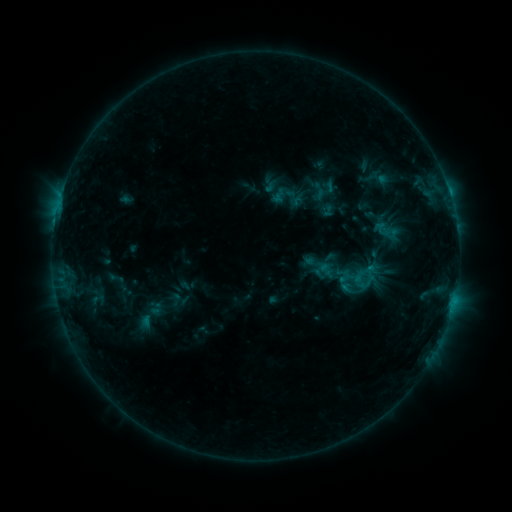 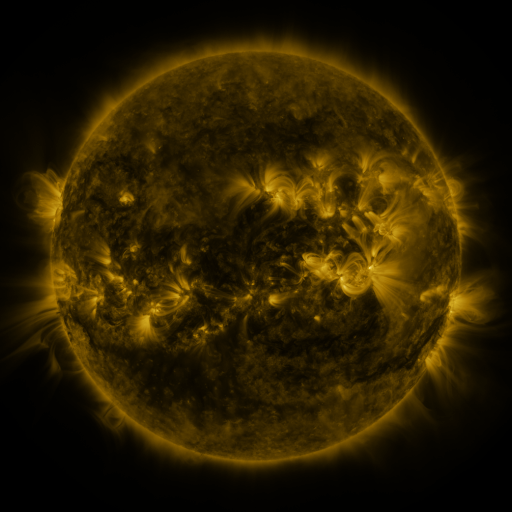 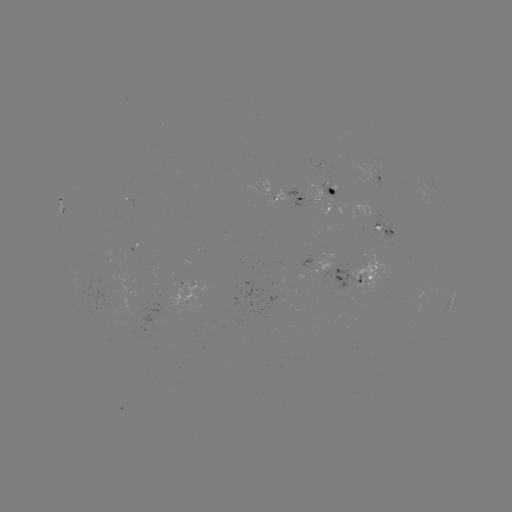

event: sigmoid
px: (358, 283)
